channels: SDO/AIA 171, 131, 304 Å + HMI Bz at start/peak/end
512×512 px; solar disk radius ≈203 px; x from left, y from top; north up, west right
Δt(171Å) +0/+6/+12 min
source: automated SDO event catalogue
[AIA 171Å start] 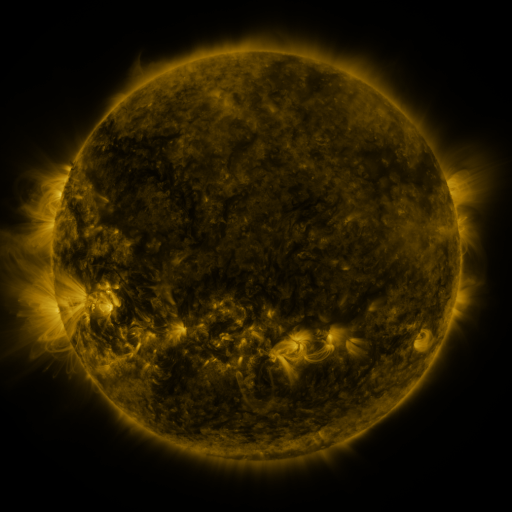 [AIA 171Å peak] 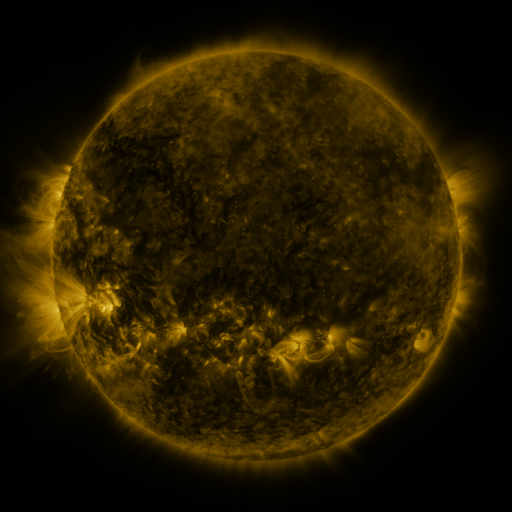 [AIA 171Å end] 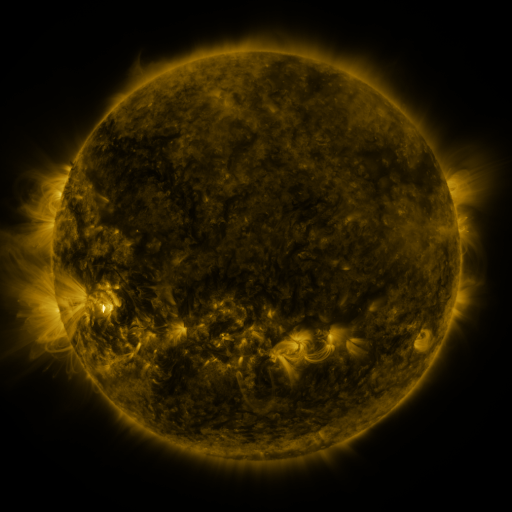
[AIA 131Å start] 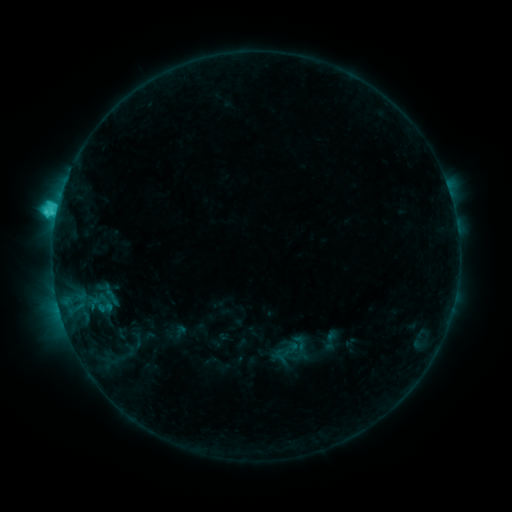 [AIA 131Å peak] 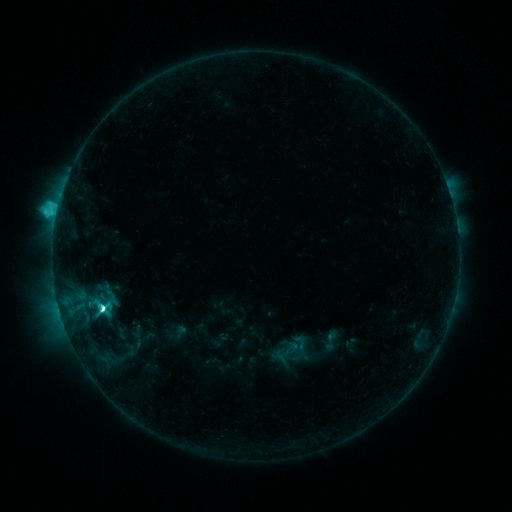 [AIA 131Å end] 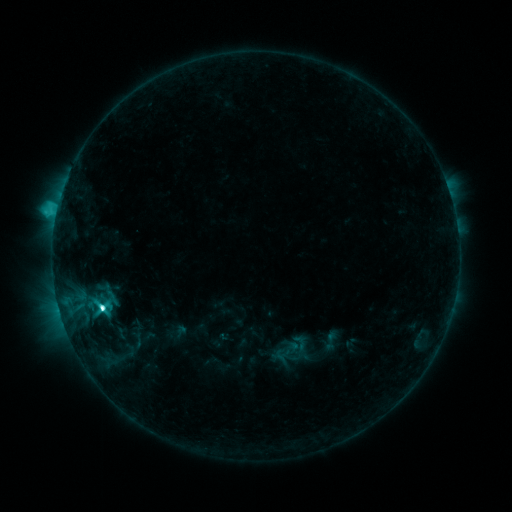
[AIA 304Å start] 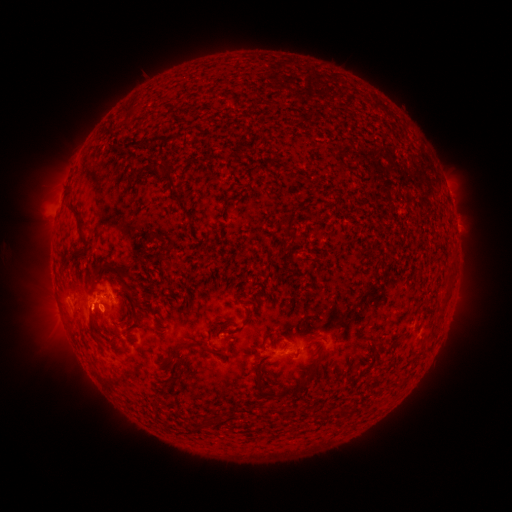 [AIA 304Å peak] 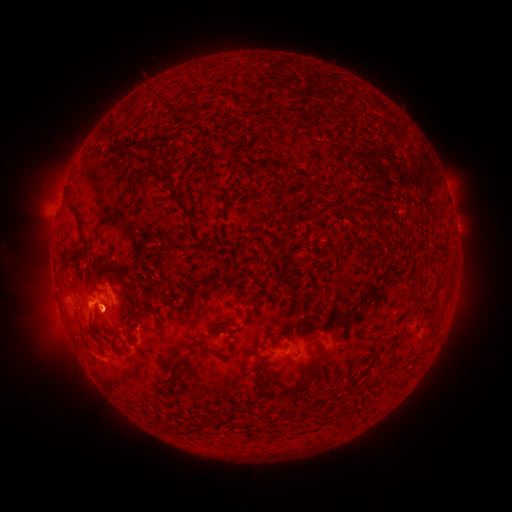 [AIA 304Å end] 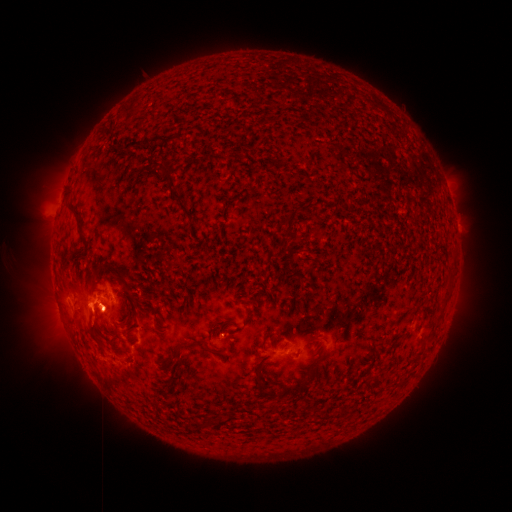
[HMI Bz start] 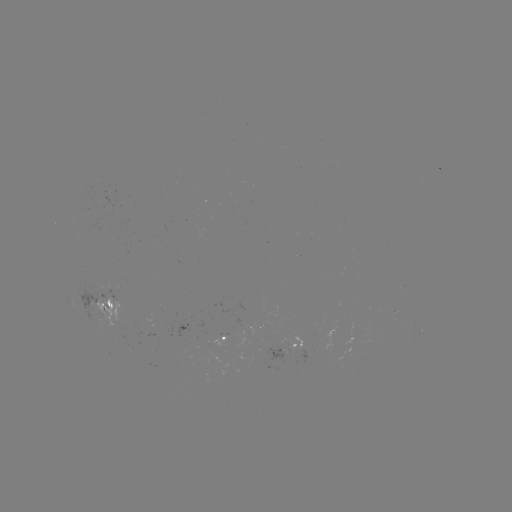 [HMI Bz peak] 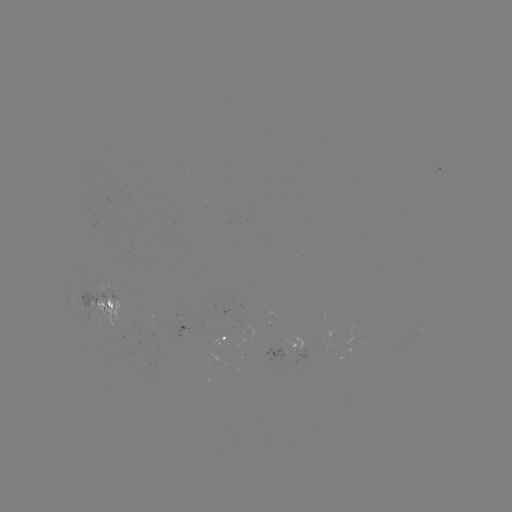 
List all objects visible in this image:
M1.1 flare: (105, 308)
